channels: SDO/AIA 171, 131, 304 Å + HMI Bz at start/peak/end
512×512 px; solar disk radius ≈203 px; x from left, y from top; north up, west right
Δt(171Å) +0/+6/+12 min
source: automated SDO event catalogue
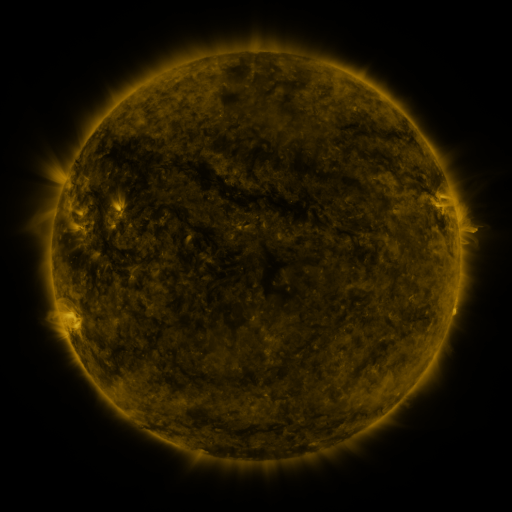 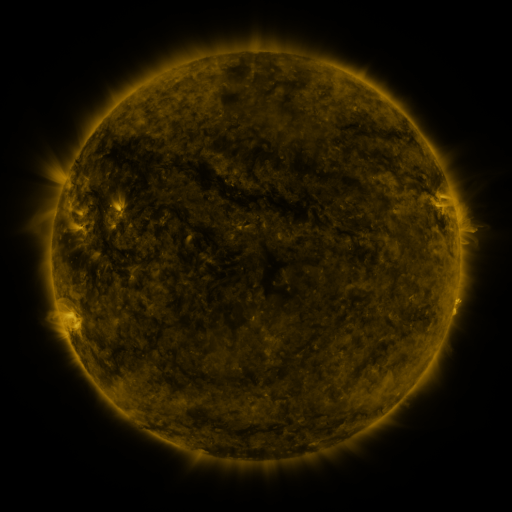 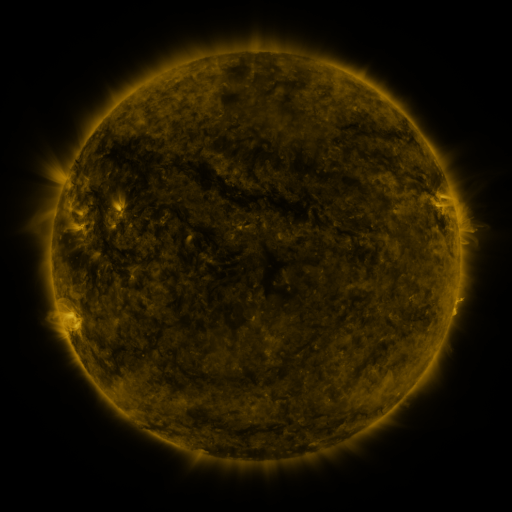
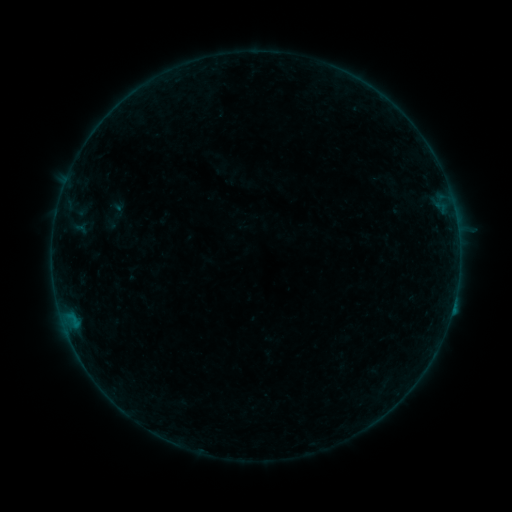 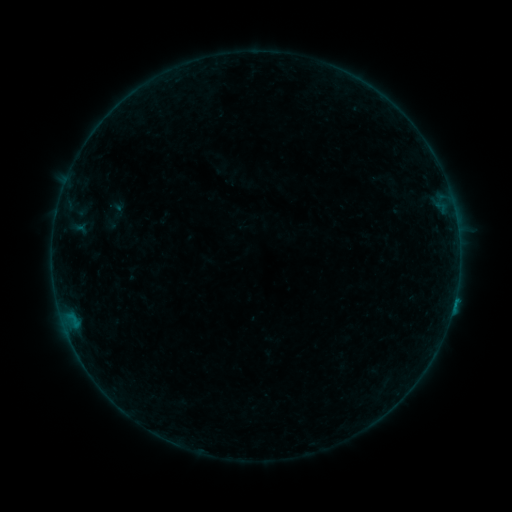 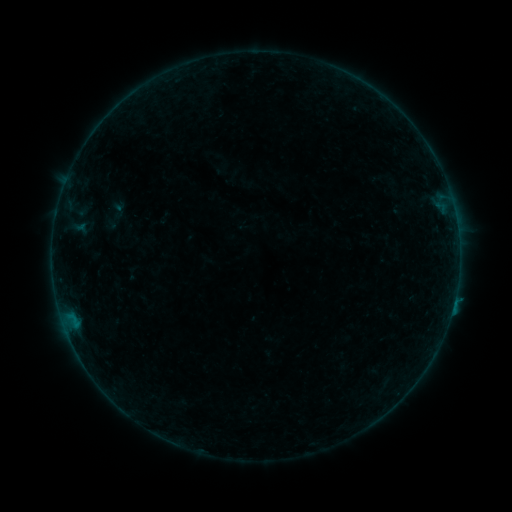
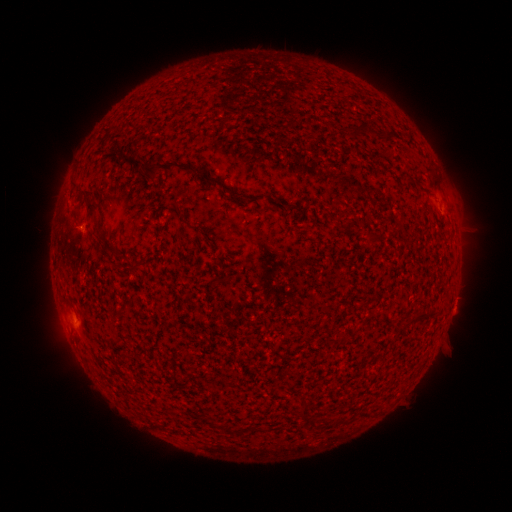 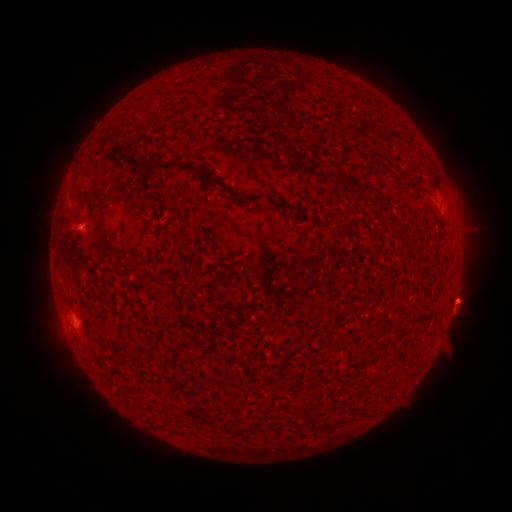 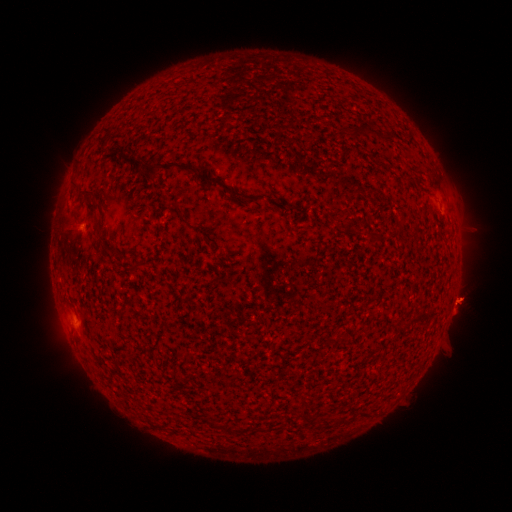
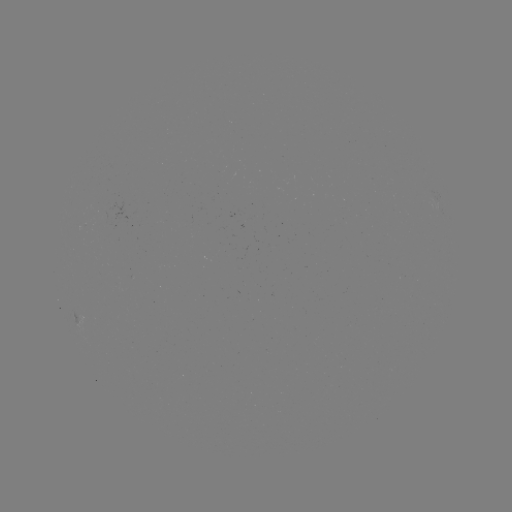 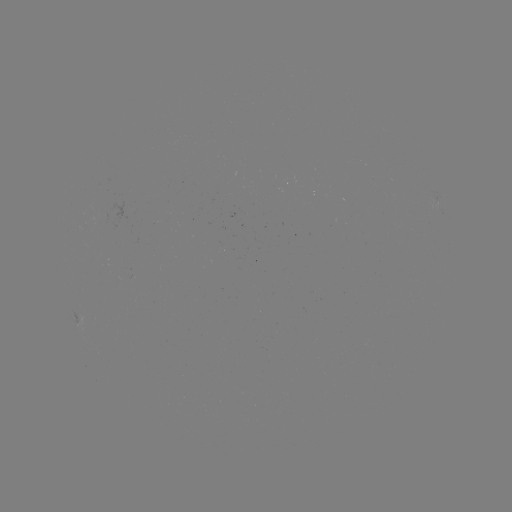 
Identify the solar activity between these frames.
eruption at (457, 297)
